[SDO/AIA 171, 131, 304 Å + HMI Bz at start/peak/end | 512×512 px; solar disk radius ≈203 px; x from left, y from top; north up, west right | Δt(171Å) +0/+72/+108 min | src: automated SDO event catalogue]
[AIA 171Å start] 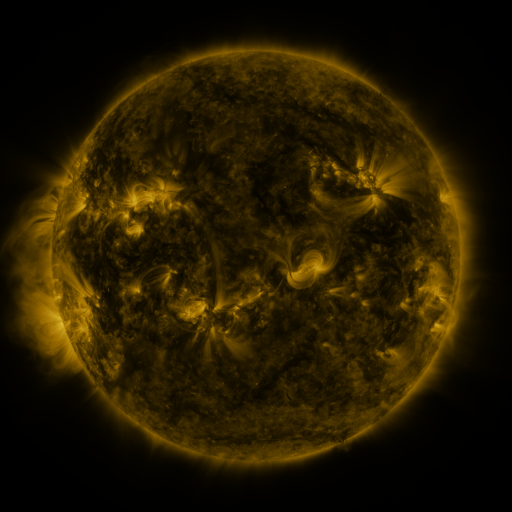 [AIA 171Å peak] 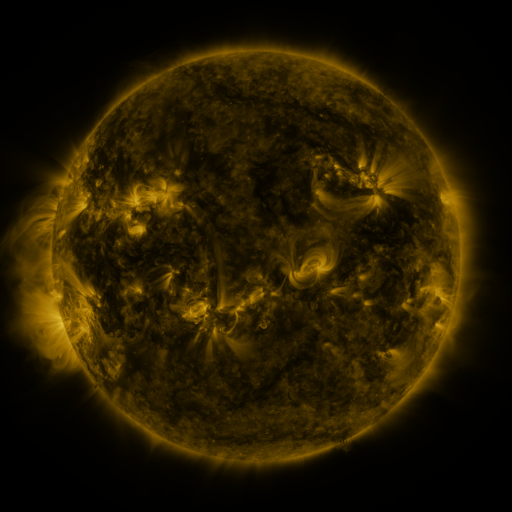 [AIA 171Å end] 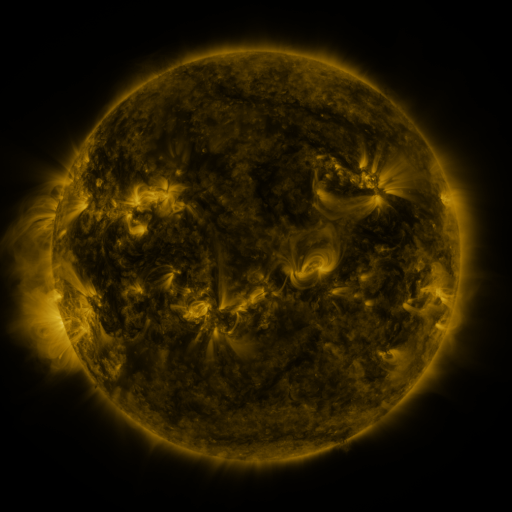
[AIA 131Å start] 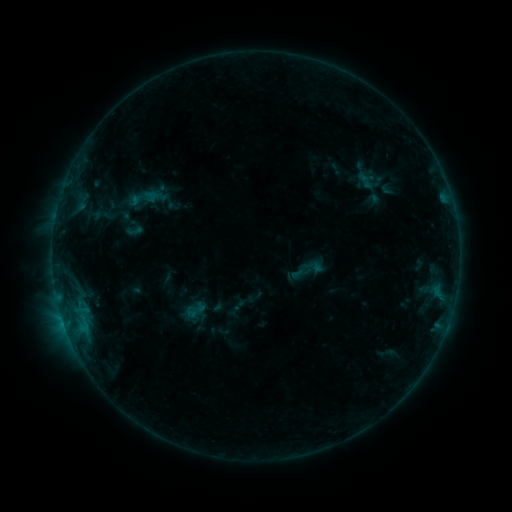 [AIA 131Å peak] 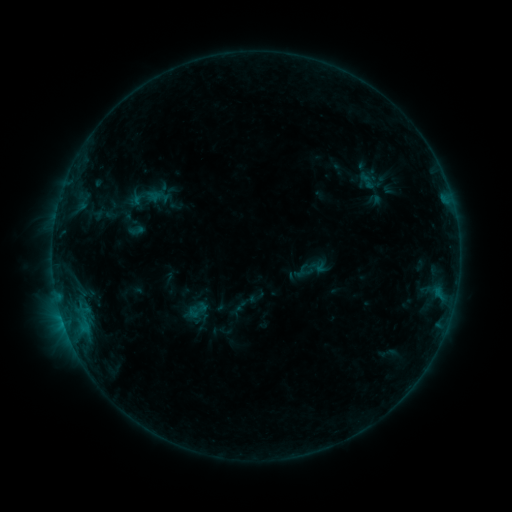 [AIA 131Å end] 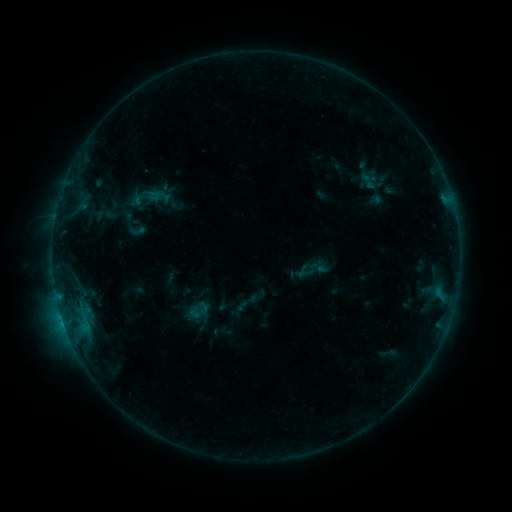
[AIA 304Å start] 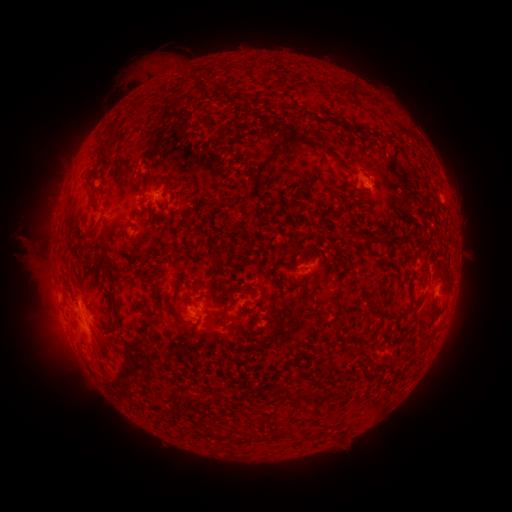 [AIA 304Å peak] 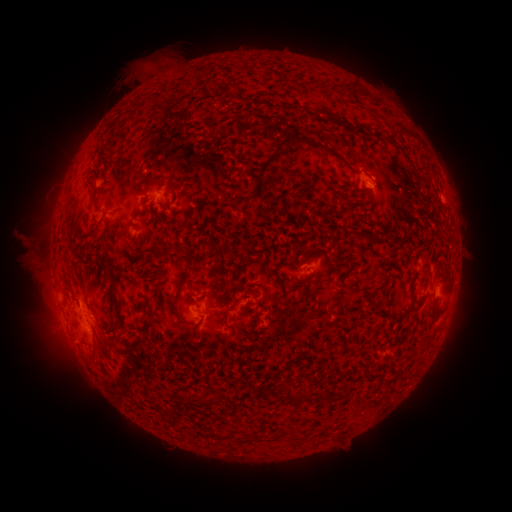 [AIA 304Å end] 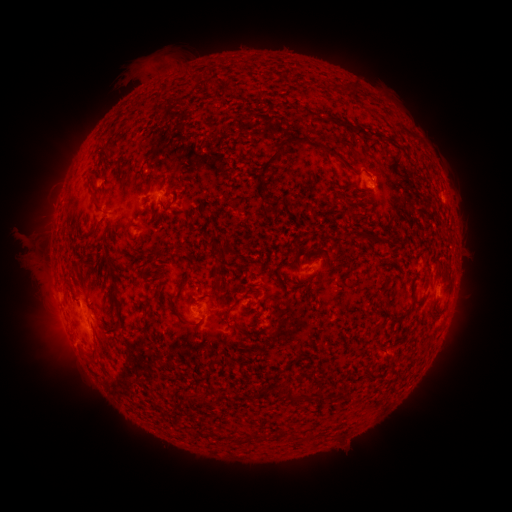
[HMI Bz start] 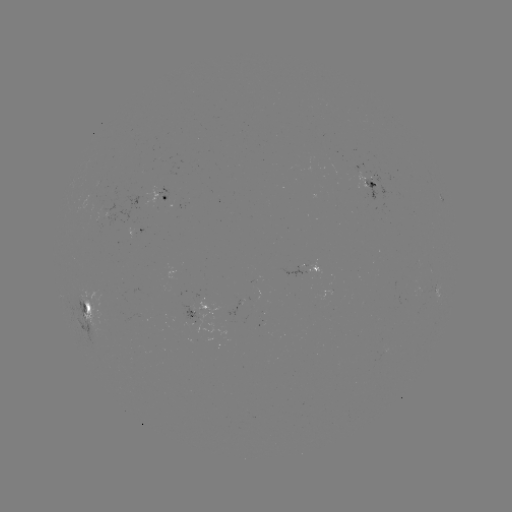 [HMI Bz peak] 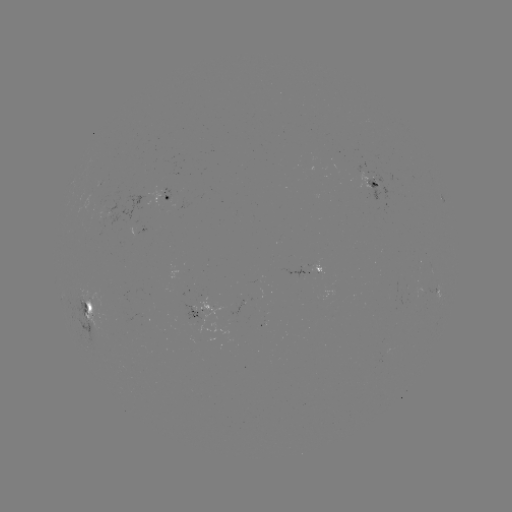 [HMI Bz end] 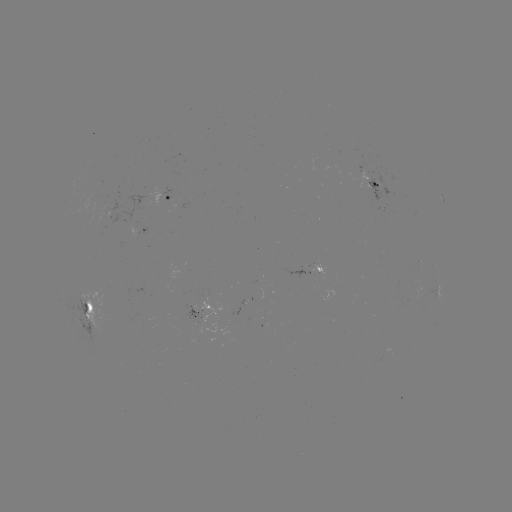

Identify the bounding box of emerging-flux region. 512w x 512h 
[97, 200, 104, 214].